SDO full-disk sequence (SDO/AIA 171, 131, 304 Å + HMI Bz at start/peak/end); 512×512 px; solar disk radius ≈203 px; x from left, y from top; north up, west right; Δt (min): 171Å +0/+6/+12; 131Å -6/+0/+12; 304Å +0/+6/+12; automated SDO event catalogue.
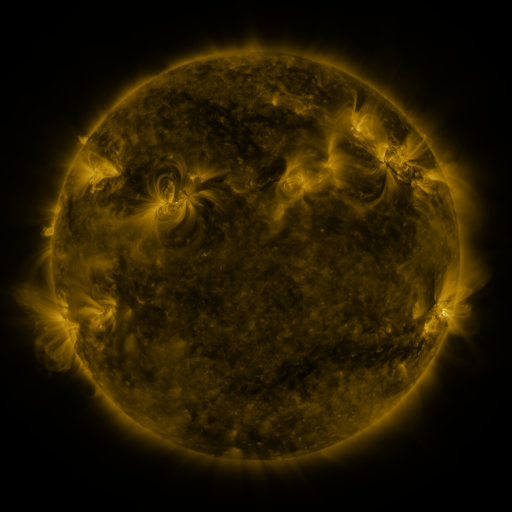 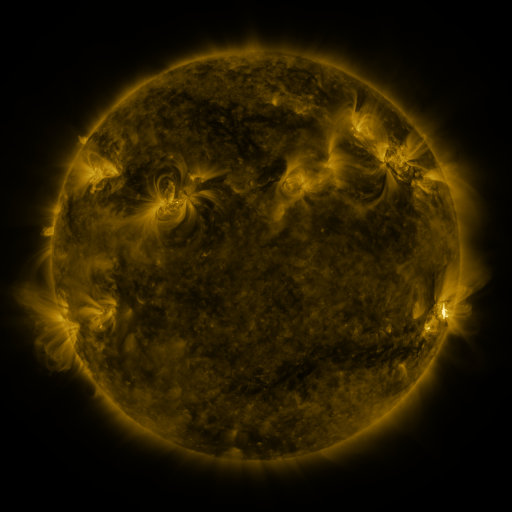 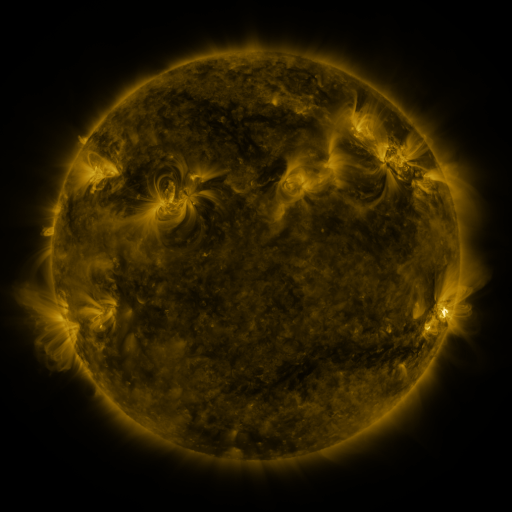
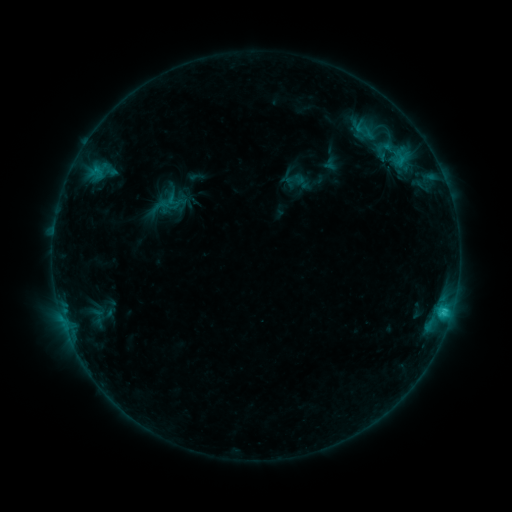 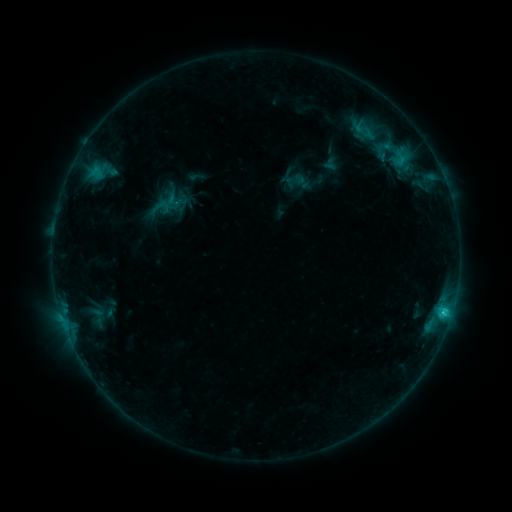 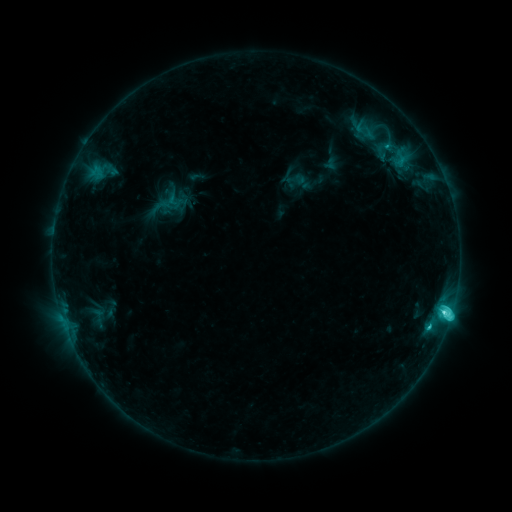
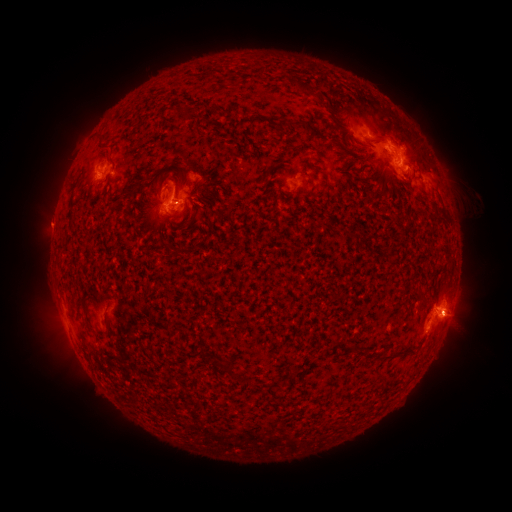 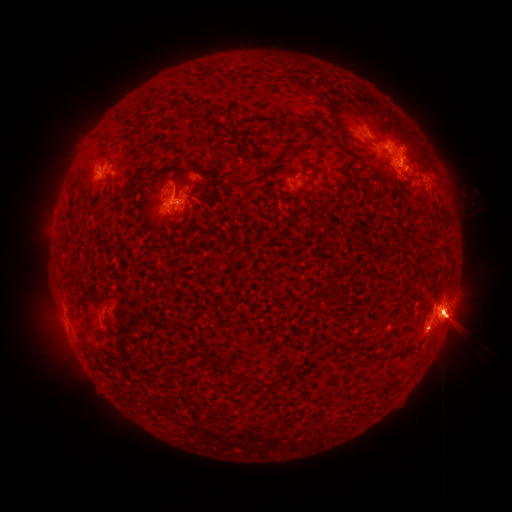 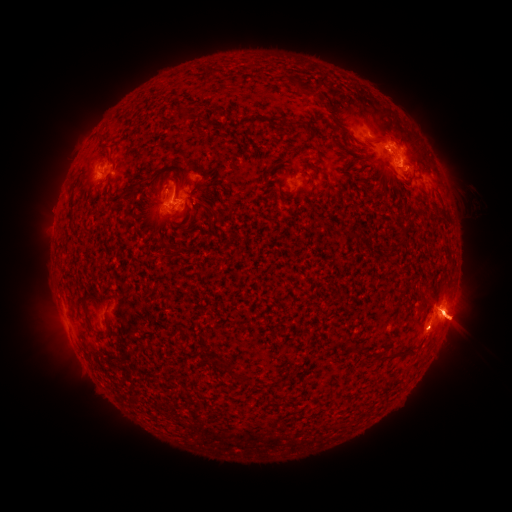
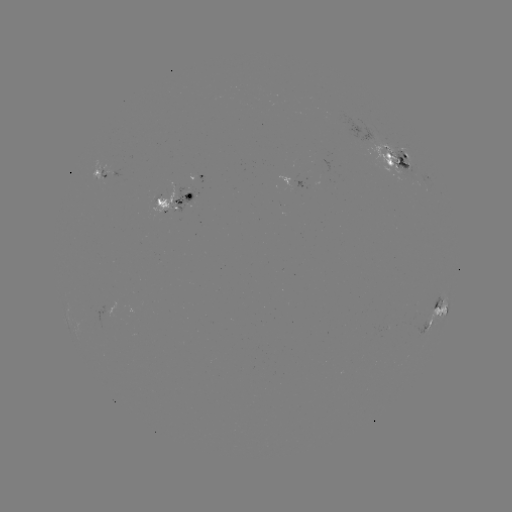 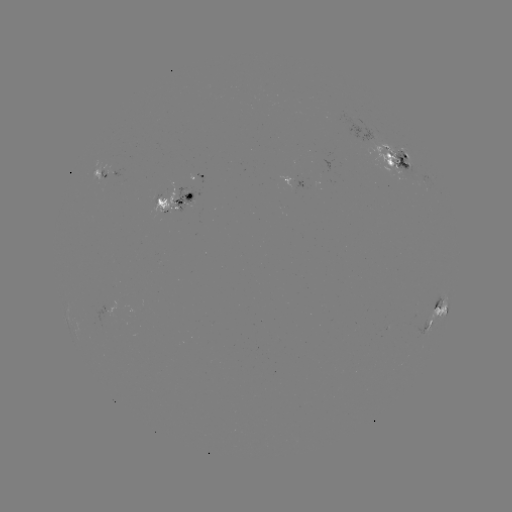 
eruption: <bbox>345, 88, 511, 390</bbox>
